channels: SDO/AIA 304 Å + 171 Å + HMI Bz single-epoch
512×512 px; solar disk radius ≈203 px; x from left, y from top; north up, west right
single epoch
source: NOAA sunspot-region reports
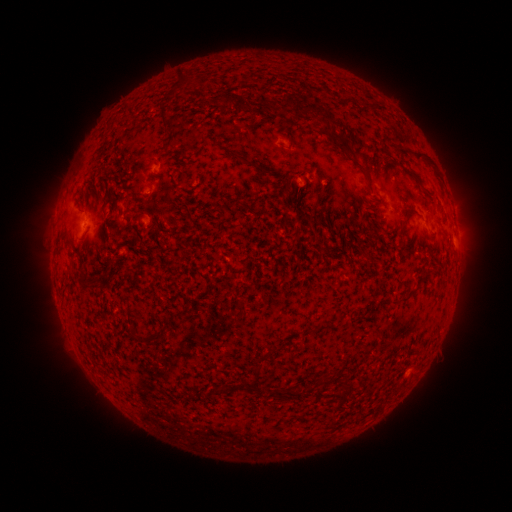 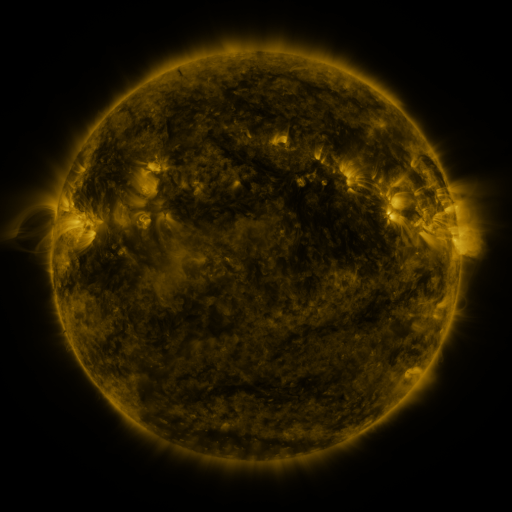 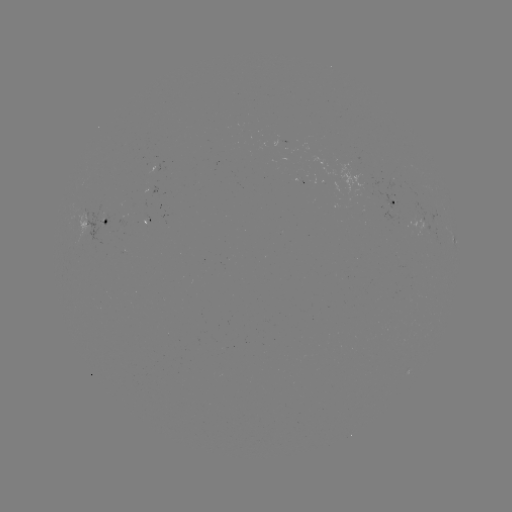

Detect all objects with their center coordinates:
spotted active region: (395, 202)
spotted active region: (105, 217)
spotted active region: (420, 226)
spotted active region: (455, 244)
